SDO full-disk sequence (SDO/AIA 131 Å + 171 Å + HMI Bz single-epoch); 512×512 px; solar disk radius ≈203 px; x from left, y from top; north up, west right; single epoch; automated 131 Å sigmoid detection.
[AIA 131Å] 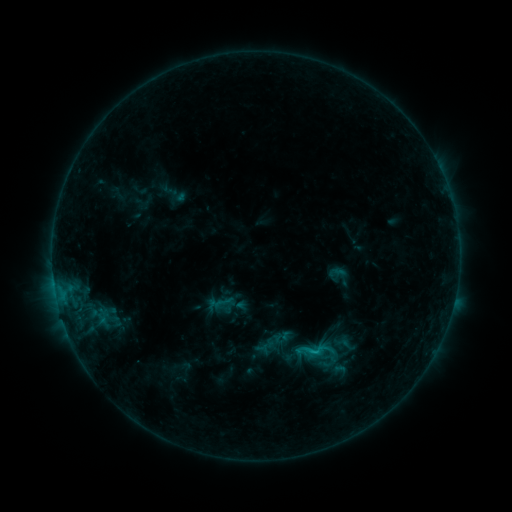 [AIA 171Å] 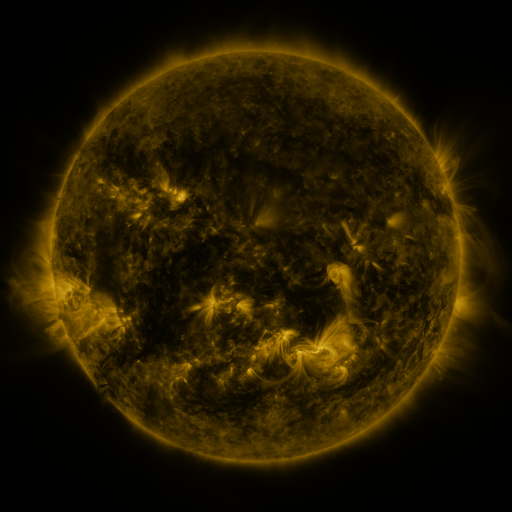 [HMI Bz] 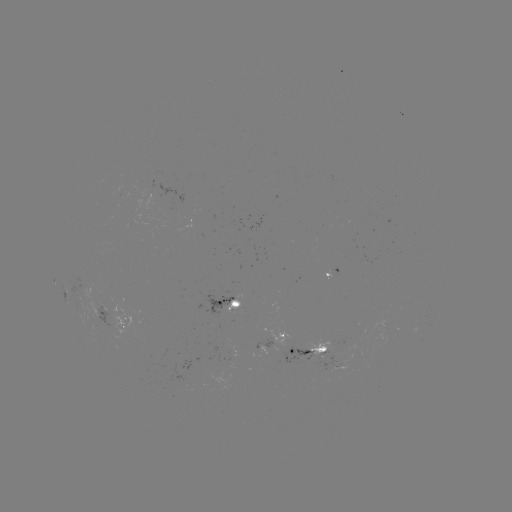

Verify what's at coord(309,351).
sigmoid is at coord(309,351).